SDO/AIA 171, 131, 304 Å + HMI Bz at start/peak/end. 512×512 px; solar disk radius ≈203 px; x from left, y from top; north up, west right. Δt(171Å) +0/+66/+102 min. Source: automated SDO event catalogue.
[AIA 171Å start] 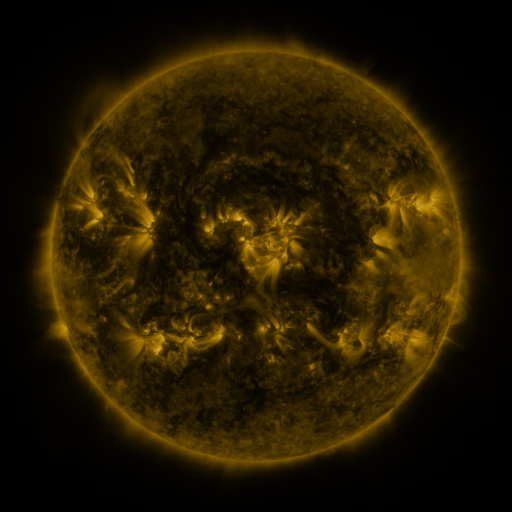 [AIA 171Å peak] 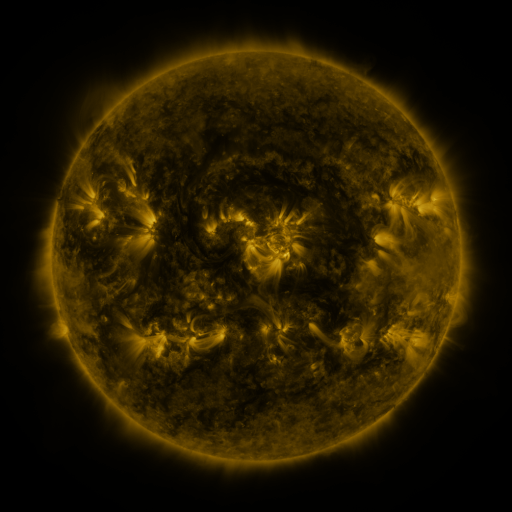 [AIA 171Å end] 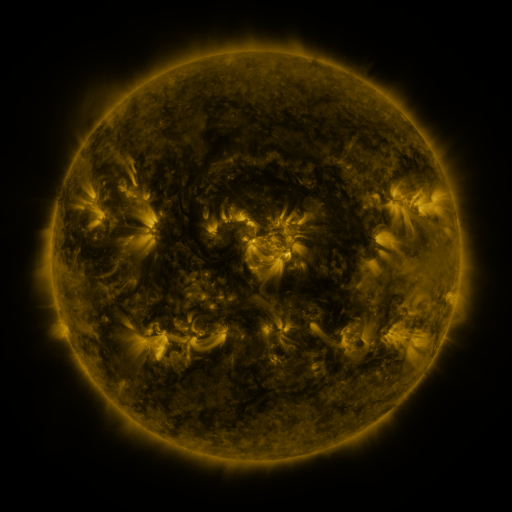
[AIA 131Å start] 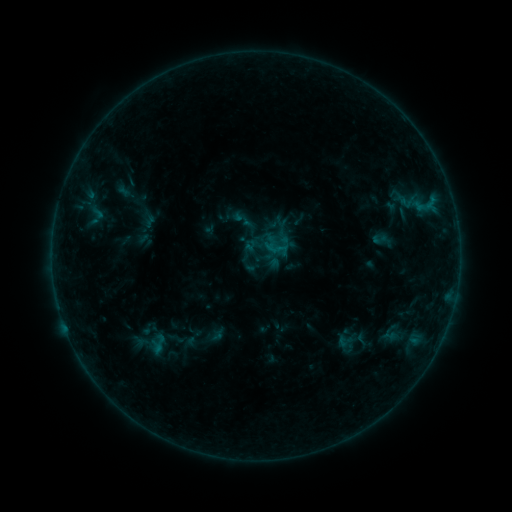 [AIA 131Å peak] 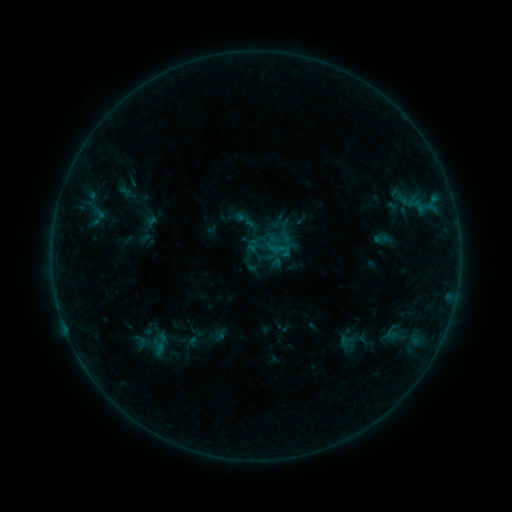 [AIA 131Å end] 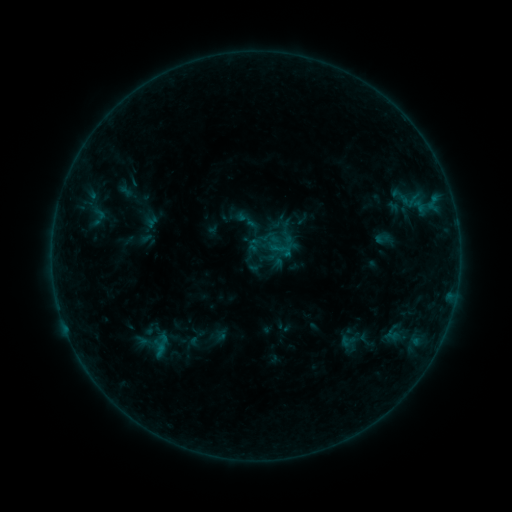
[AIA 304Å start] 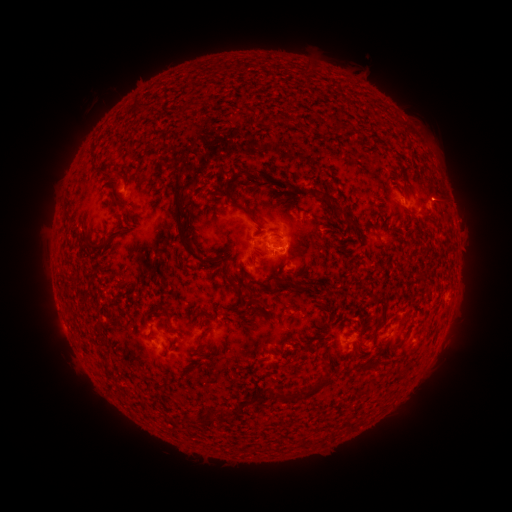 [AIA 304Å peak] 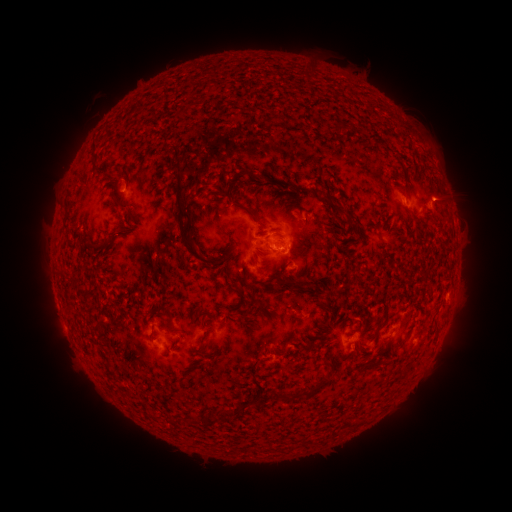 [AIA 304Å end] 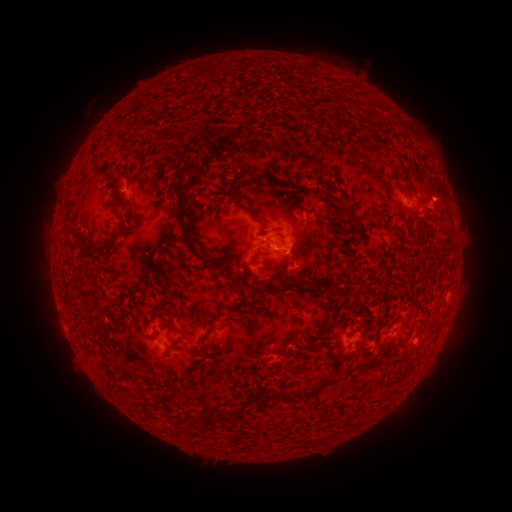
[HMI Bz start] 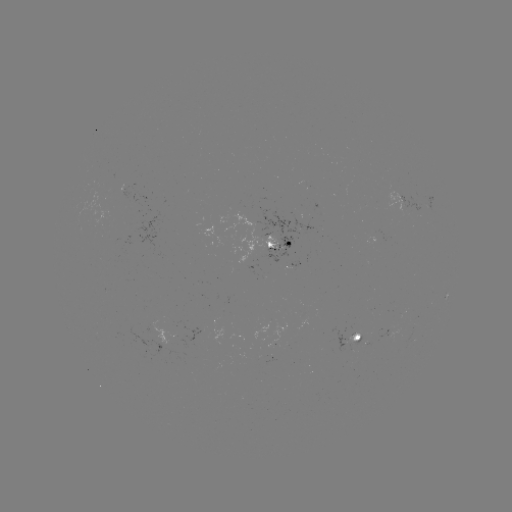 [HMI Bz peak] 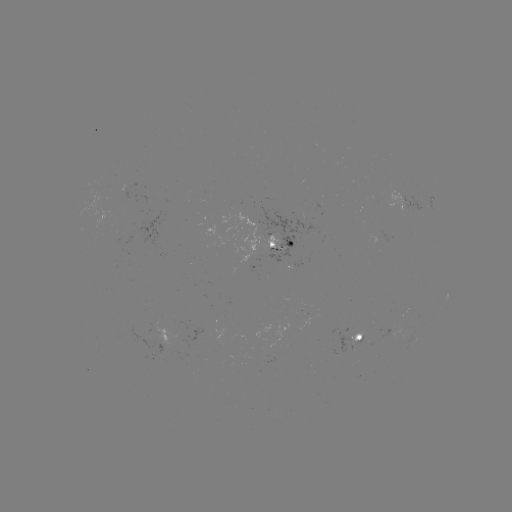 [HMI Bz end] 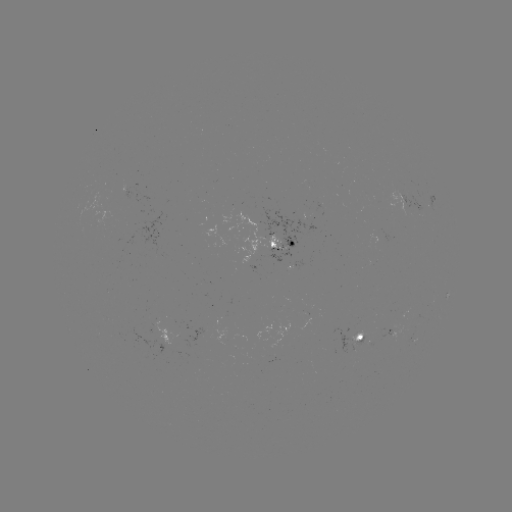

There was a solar emerging-flux region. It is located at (409, 324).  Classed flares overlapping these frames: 1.